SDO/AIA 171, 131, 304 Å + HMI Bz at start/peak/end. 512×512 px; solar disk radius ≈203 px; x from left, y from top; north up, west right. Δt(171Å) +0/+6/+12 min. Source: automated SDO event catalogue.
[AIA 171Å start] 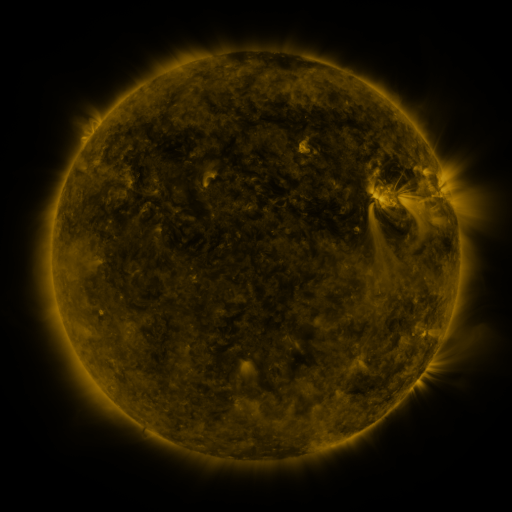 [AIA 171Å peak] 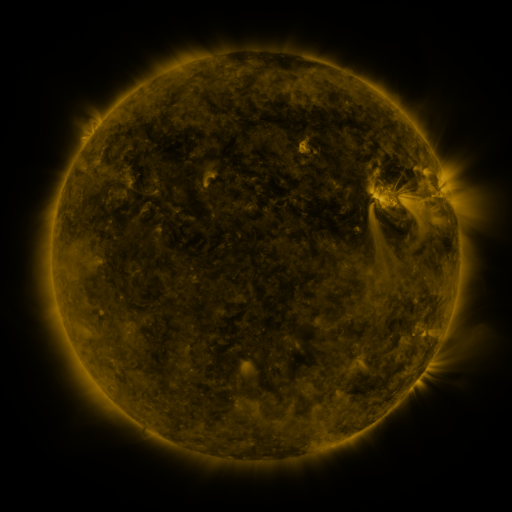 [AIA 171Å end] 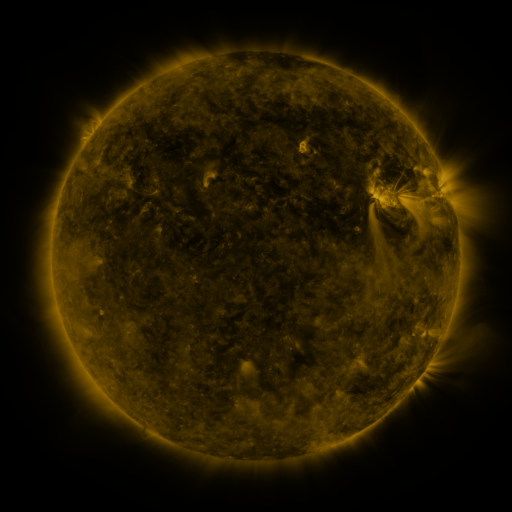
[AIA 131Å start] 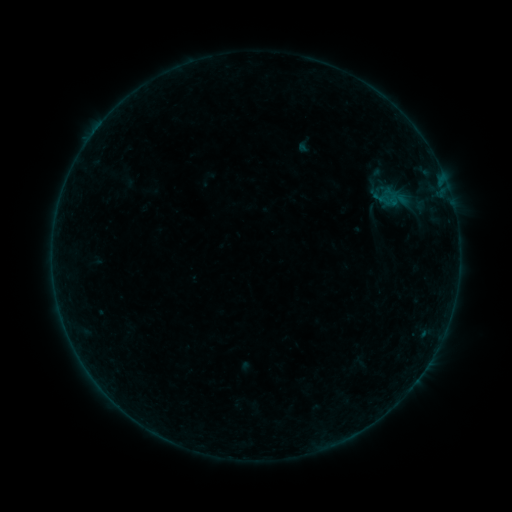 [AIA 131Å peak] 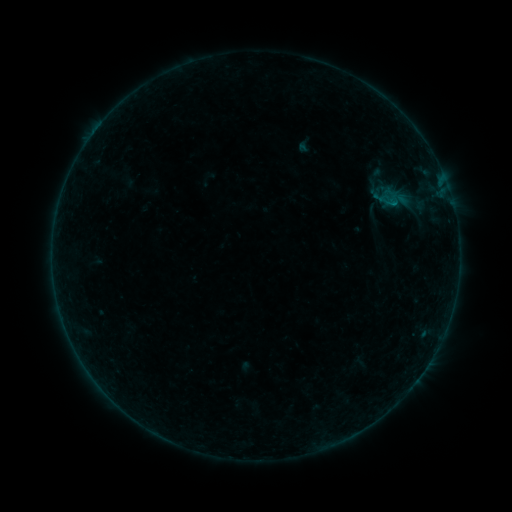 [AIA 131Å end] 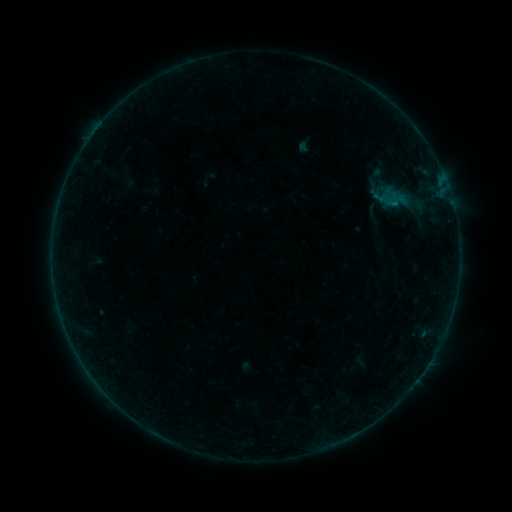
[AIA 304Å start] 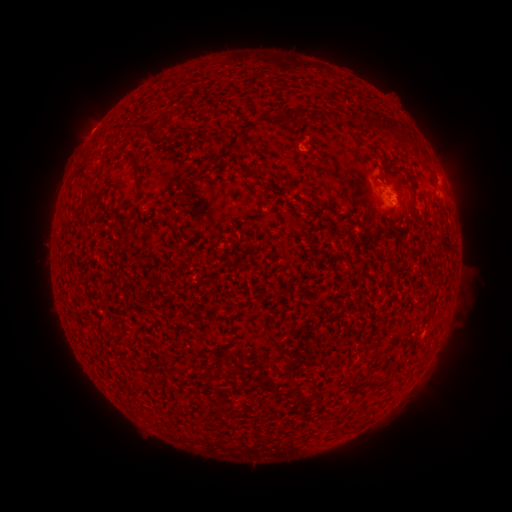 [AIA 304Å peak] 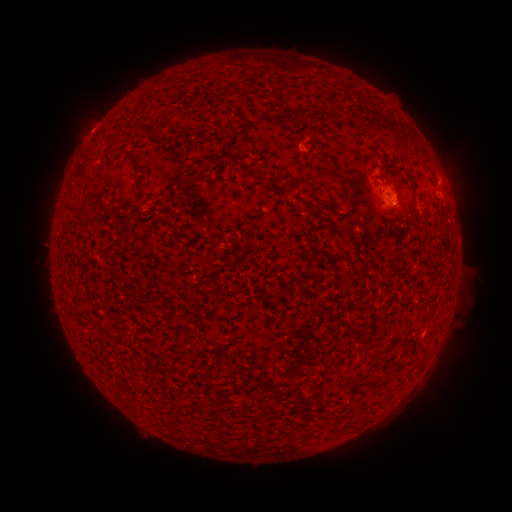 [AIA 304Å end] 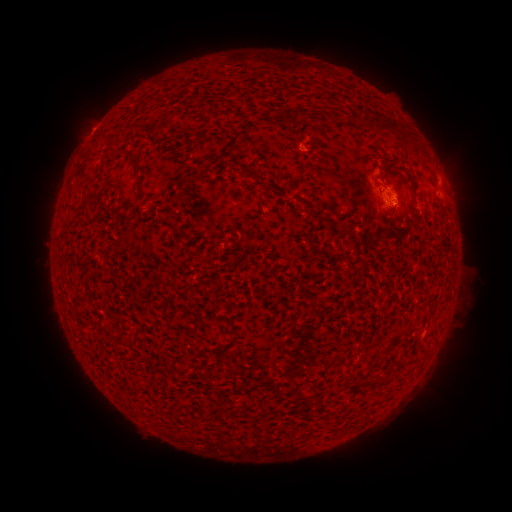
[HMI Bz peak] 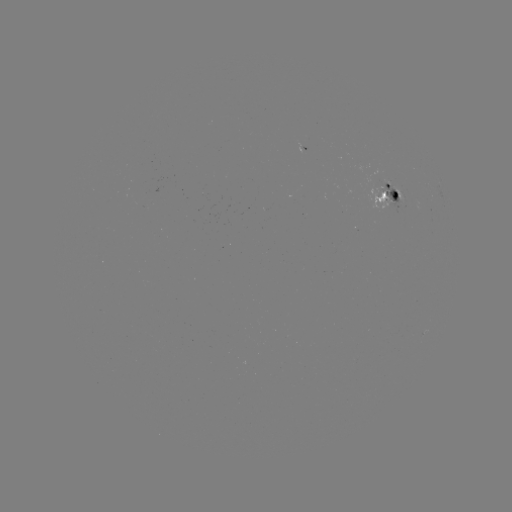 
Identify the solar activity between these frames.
B1.9 flare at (300, 146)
